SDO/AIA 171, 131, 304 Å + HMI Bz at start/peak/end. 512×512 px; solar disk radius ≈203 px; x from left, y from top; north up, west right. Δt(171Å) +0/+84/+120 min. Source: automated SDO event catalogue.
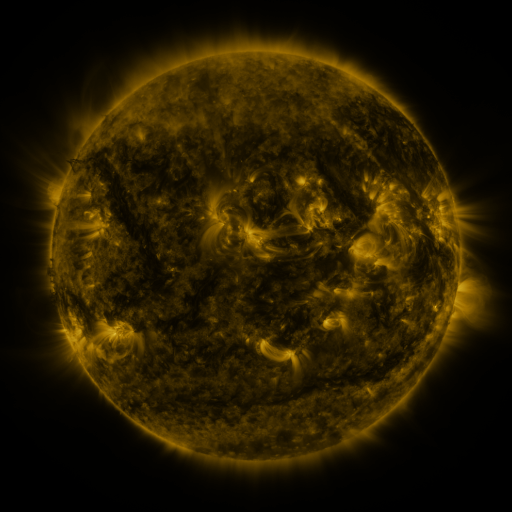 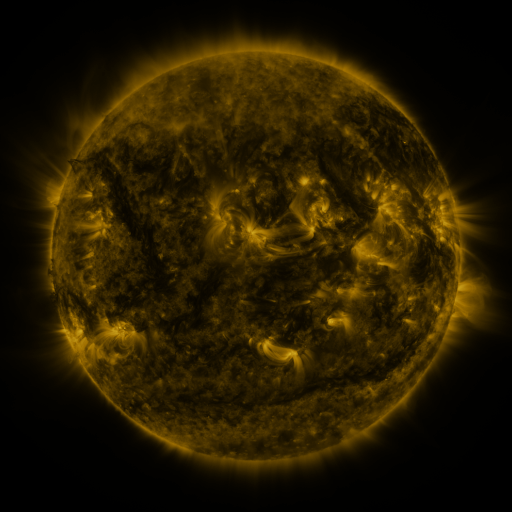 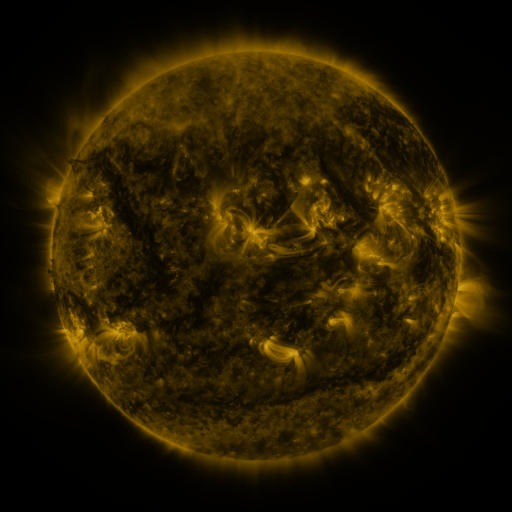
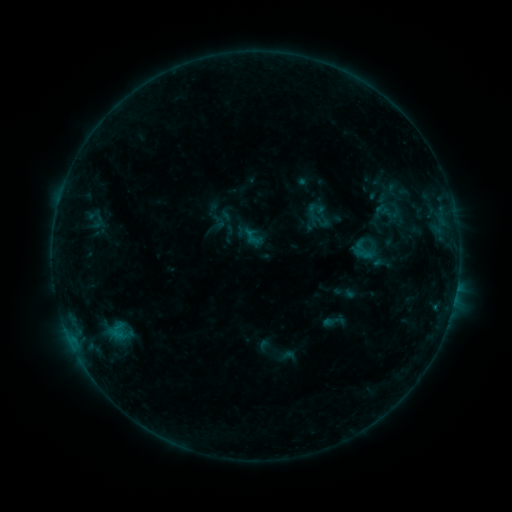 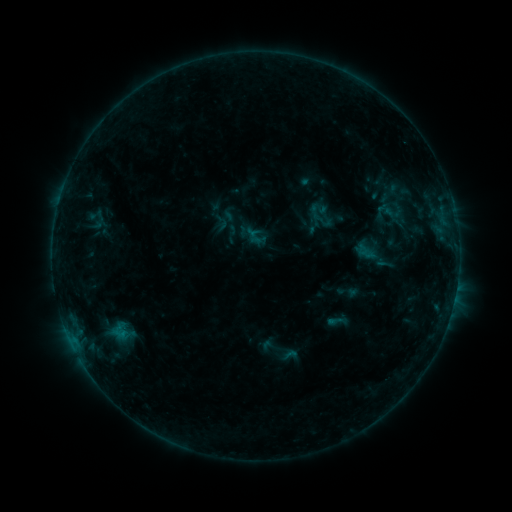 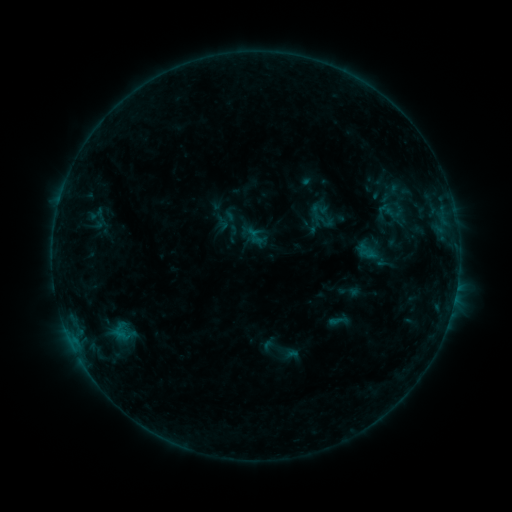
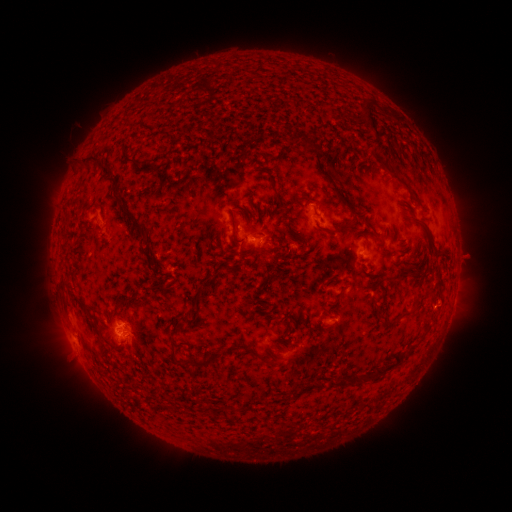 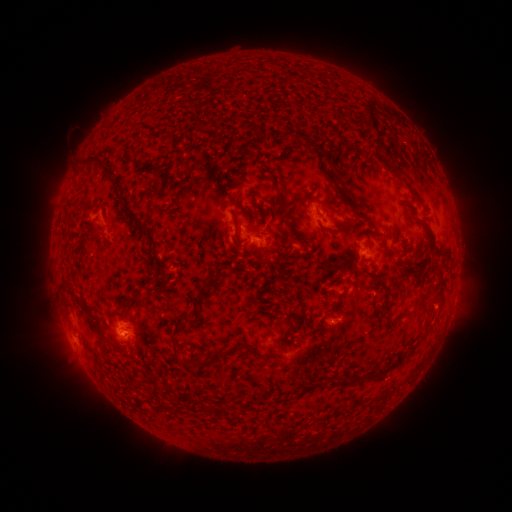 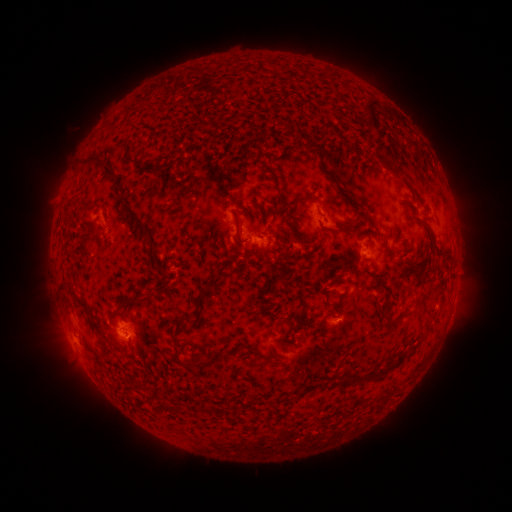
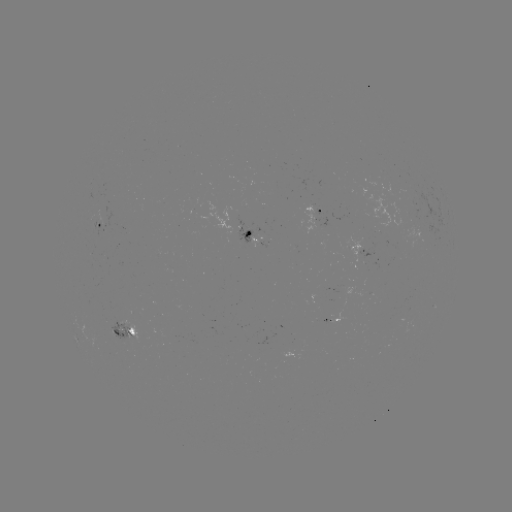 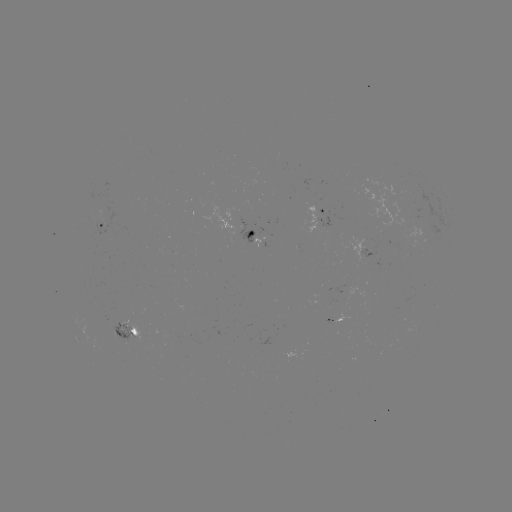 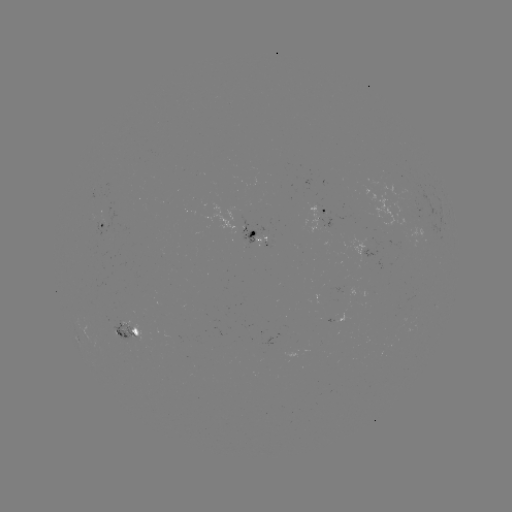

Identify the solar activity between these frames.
emerging-flux region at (118, 332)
